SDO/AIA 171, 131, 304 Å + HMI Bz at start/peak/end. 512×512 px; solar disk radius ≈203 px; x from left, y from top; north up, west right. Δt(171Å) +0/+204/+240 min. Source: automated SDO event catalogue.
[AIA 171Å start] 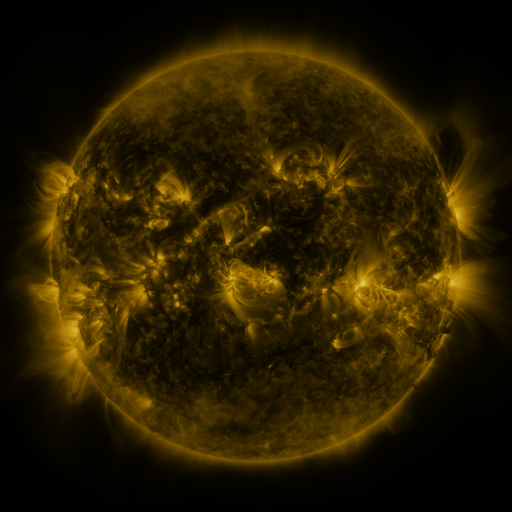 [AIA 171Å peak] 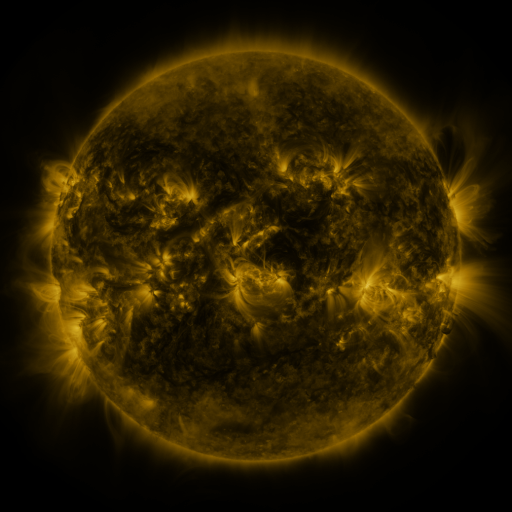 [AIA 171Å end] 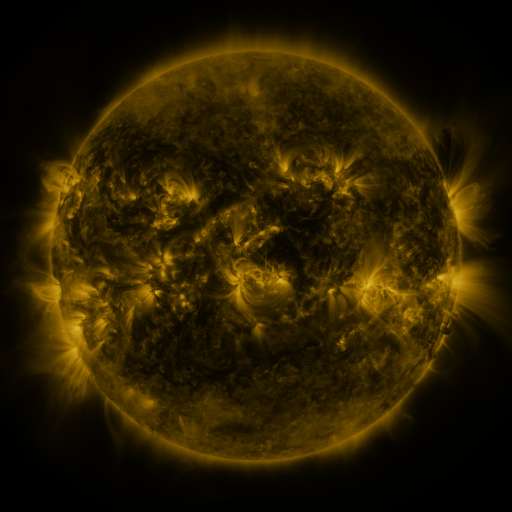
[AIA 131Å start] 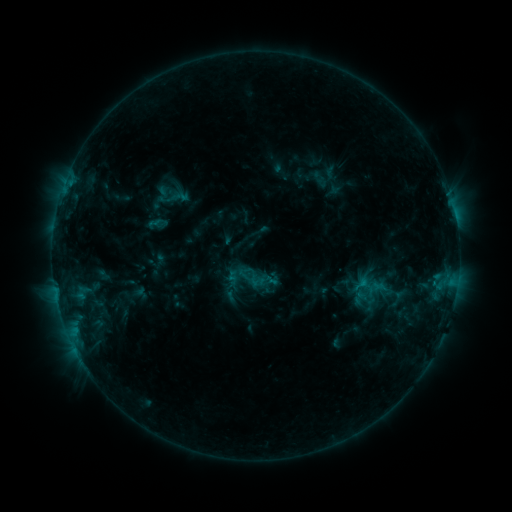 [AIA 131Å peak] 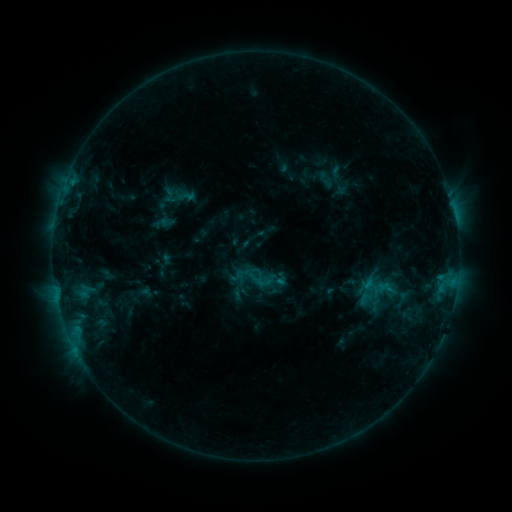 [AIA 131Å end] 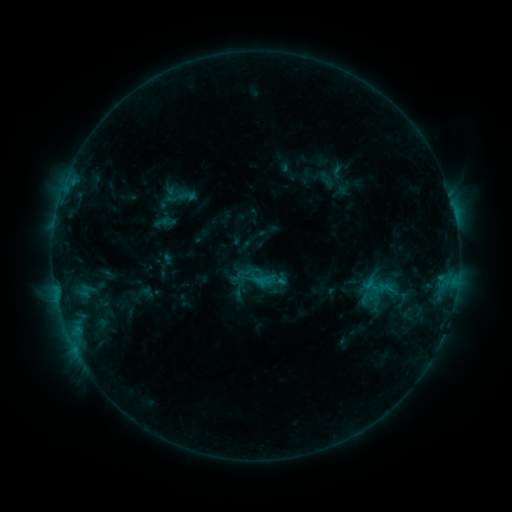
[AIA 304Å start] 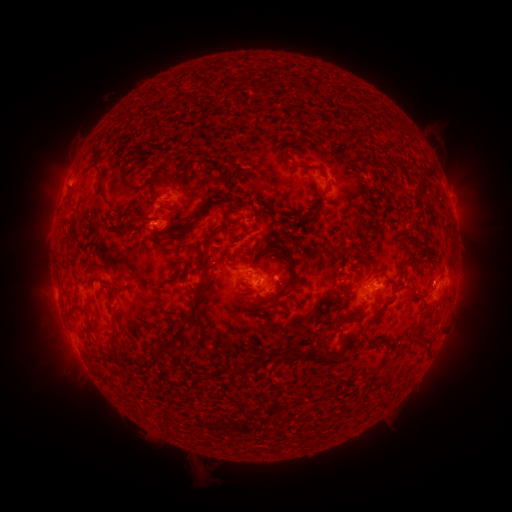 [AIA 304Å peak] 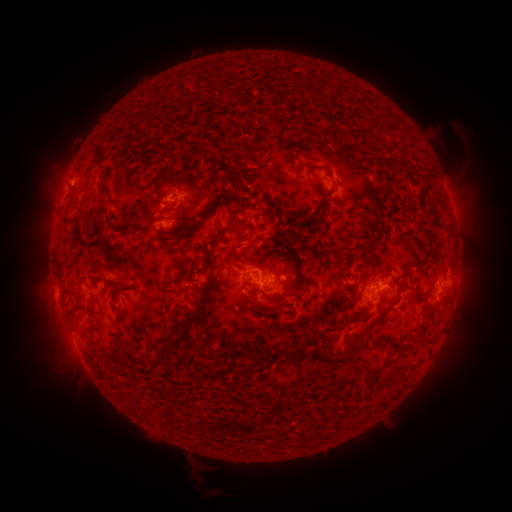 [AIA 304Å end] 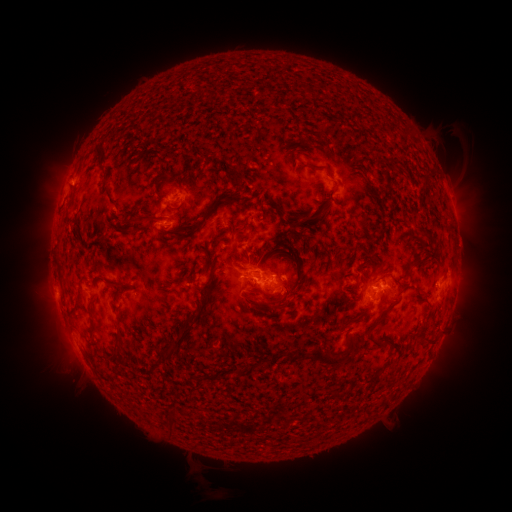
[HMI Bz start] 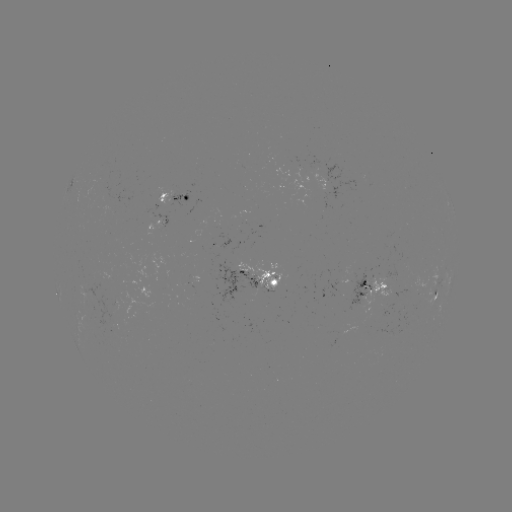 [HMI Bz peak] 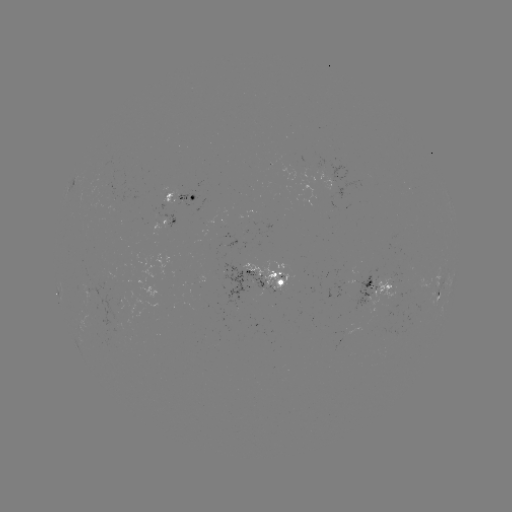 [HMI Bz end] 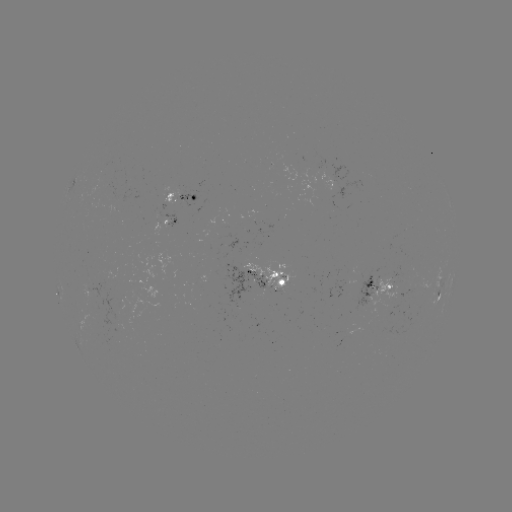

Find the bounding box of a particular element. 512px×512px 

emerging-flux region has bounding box [158, 212, 175, 228].